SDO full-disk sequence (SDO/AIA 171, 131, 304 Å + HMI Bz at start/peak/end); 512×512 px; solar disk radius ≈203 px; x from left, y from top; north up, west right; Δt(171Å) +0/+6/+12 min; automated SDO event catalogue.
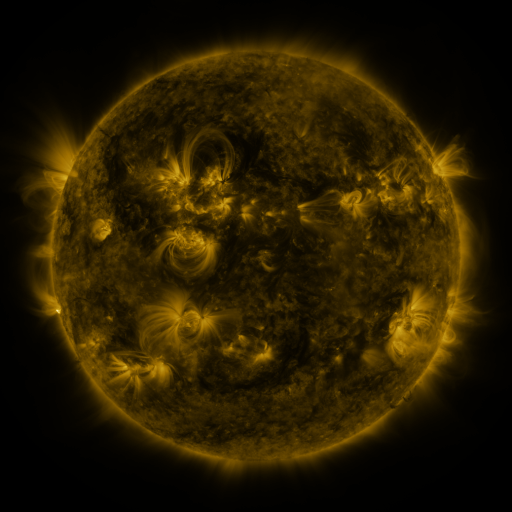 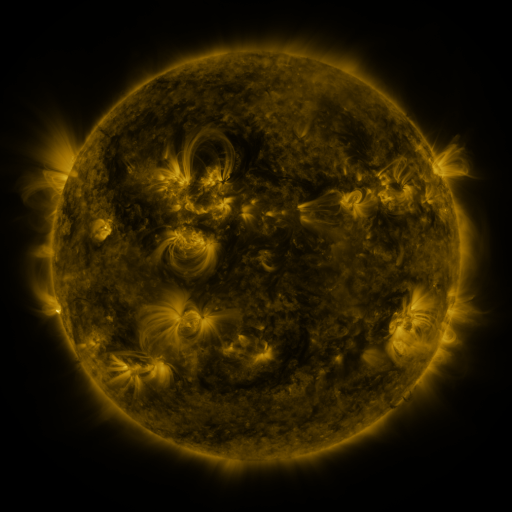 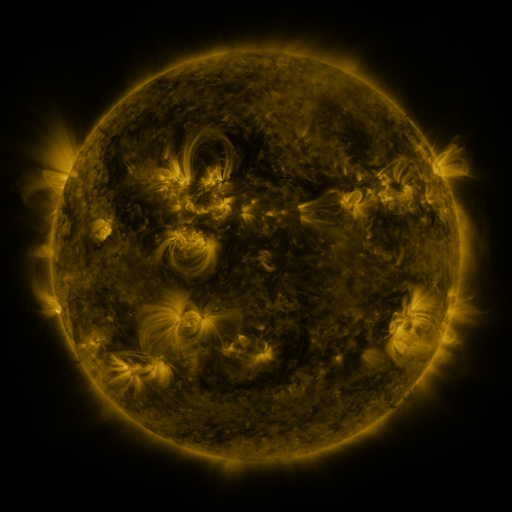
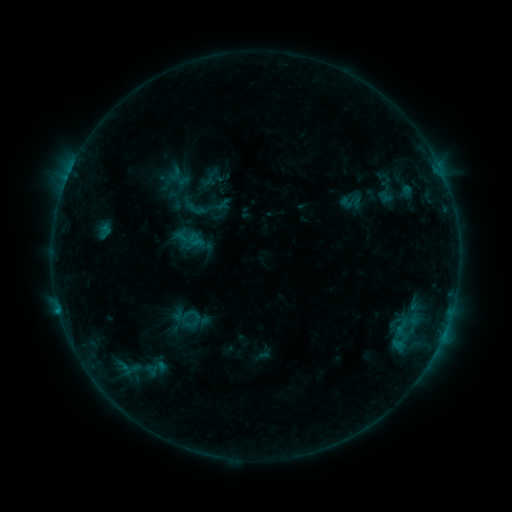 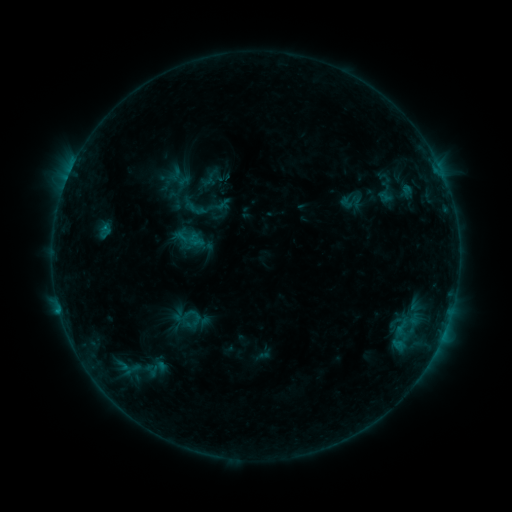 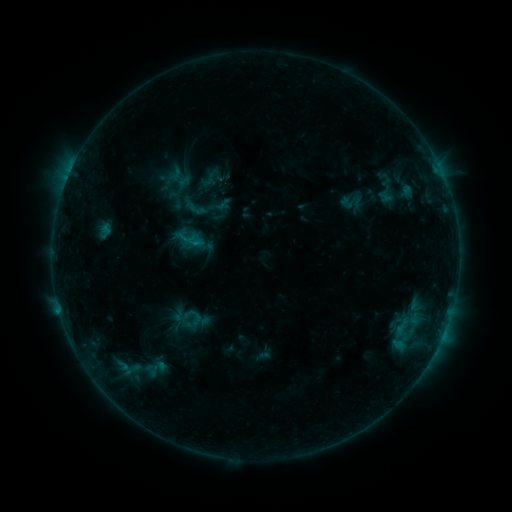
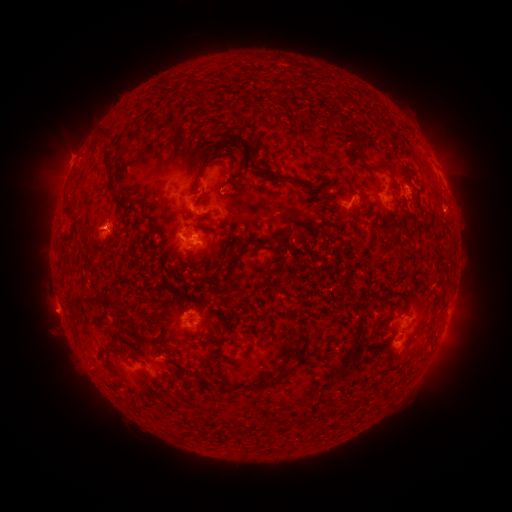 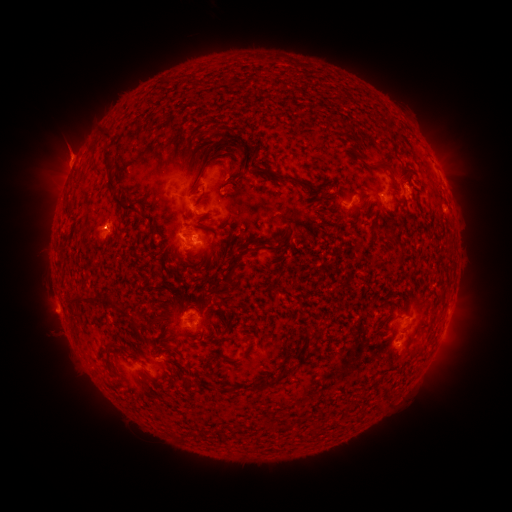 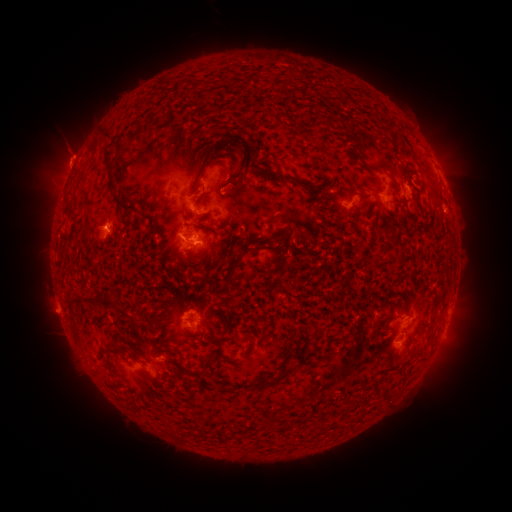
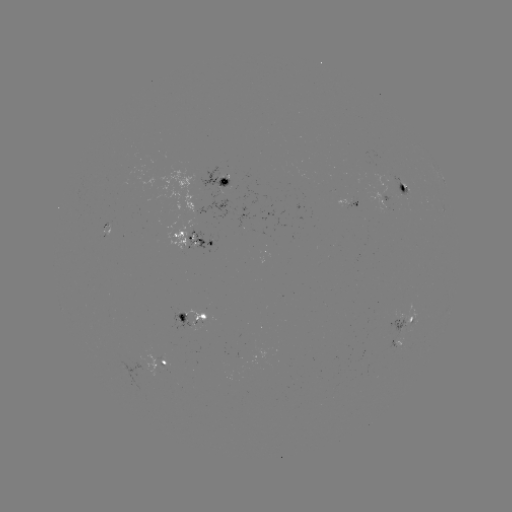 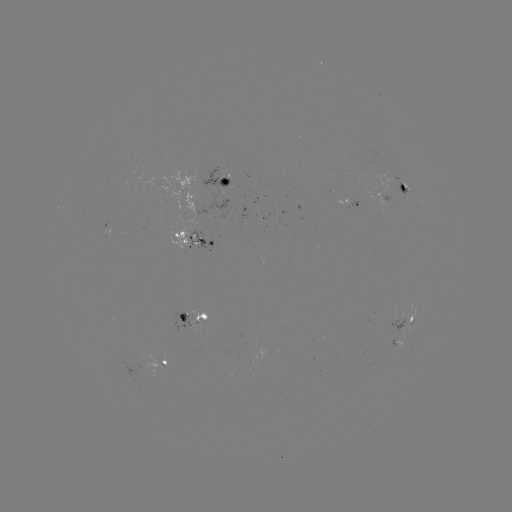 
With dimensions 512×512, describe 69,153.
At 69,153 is eruption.